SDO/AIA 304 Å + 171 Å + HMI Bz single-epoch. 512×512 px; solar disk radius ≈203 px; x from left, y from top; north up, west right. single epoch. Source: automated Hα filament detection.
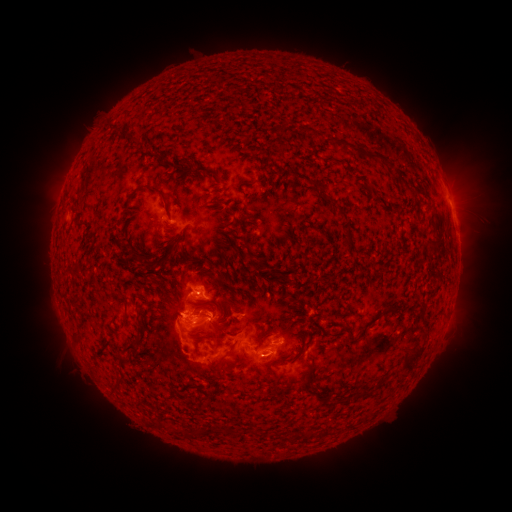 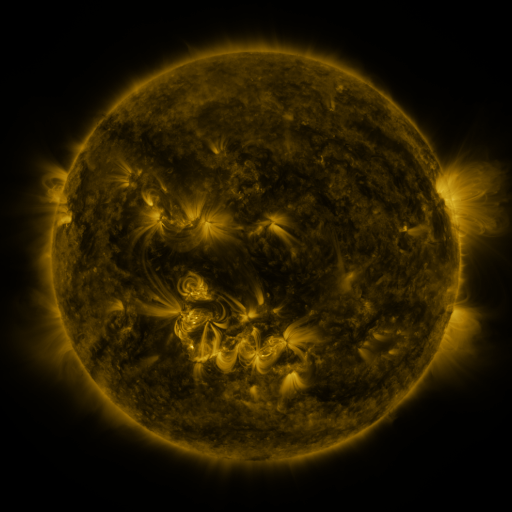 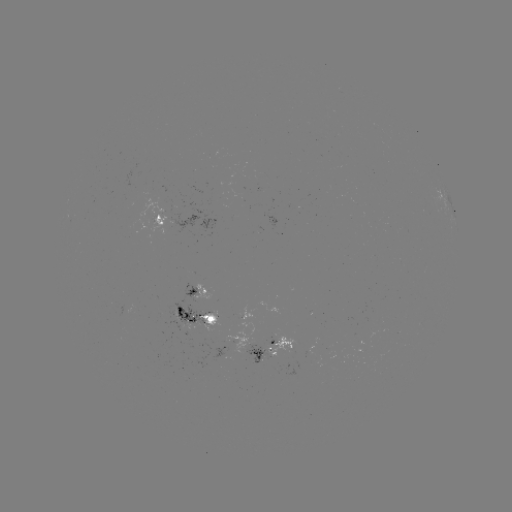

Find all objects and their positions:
filament: (122, 136)
filament: (359, 152)
filament: (184, 162)
filament: (164, 163)
filament: (200, 169)
filament: (311, 181)
filament: (145, 189)
filament: (417, 190)
filament: (348, 228)
filament: (178, 239)
filament: (434, 241)
filament: (168, 257)
filament: (136, 258)
filament: (147, 262)
filament: (263, 266)
filament: (180, 312)
filament: (374, 319)
filament: (125, 321)
filament: (211, 321)
filament: (141, 330)
filament: (191, 330)
filament: (330, 333)
filament: (352, 334)
filament: (302, 343)
filament: (133, 347)
filament: (415, 356)
filament: (282, 360)
filament: (214, 370)
filament: (310, 376)
filament: (385, 381)
filament: (119, 386)
filament: (368, 391)
filament: (227, 430)
filament: (201, 431)
